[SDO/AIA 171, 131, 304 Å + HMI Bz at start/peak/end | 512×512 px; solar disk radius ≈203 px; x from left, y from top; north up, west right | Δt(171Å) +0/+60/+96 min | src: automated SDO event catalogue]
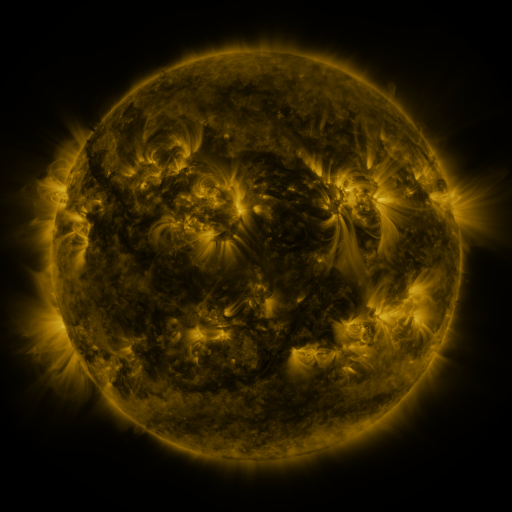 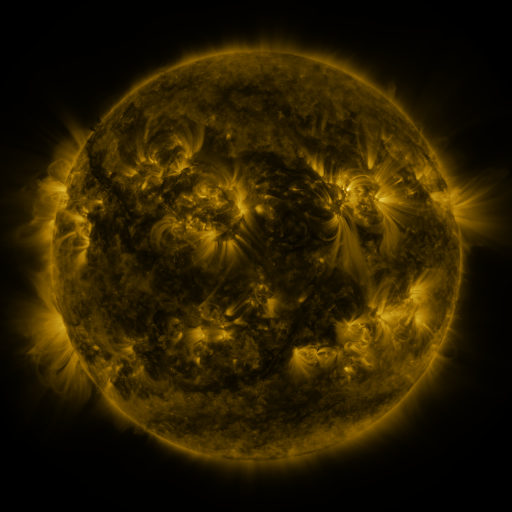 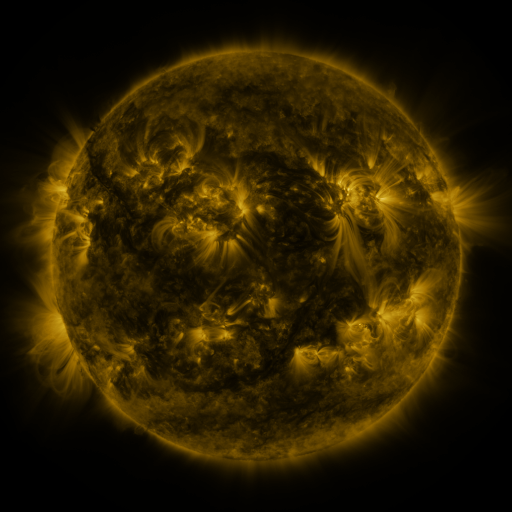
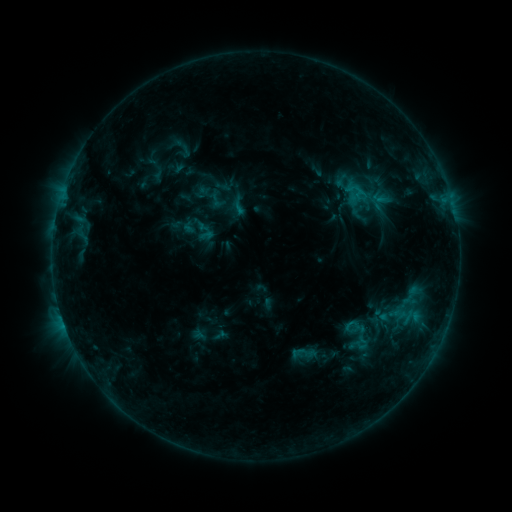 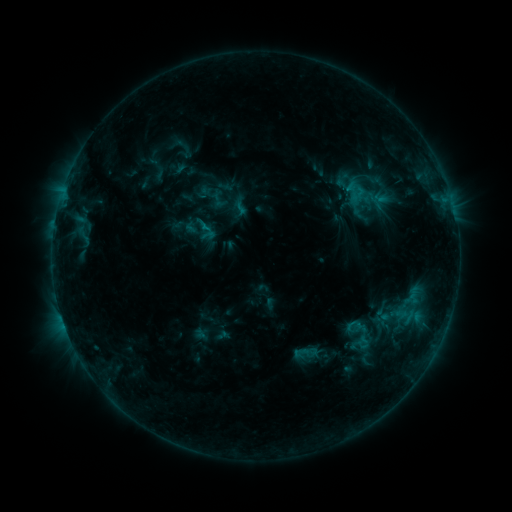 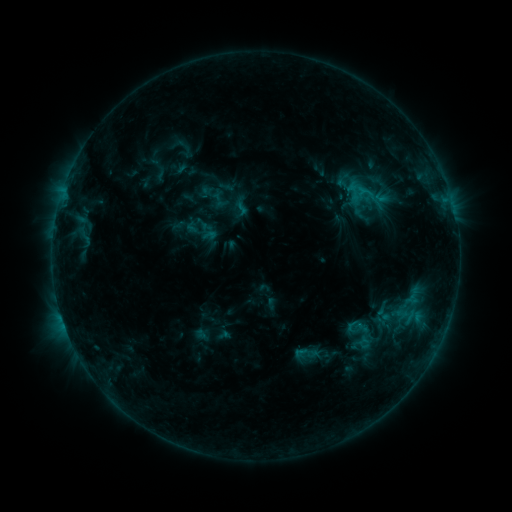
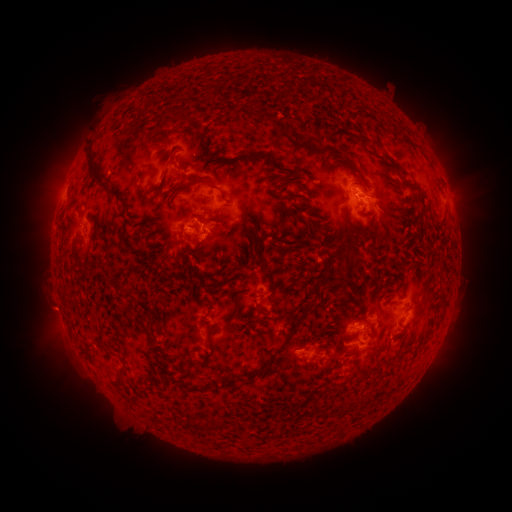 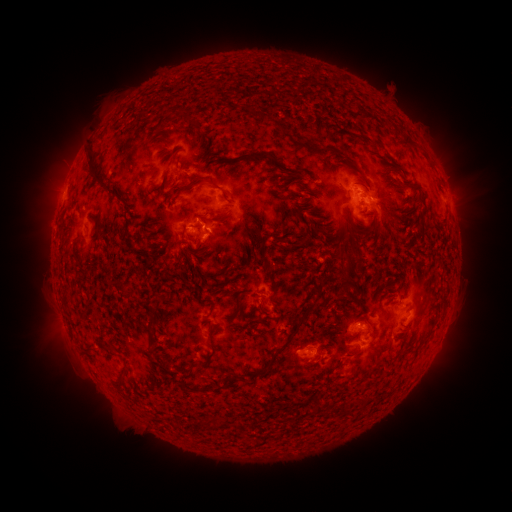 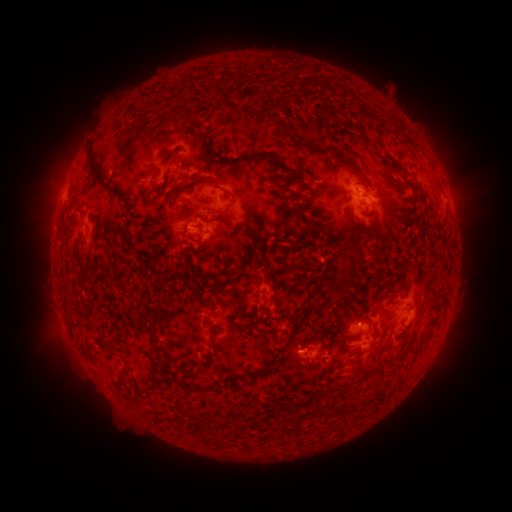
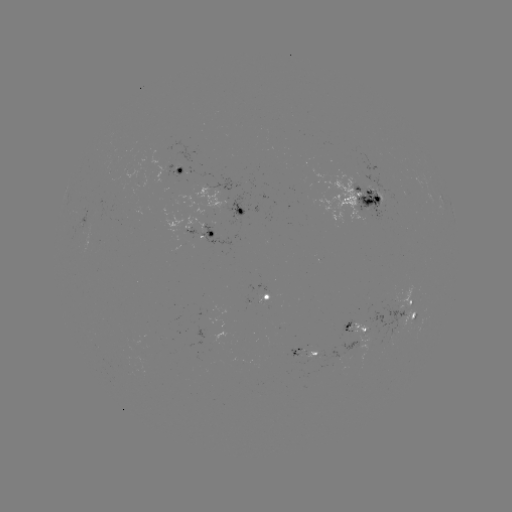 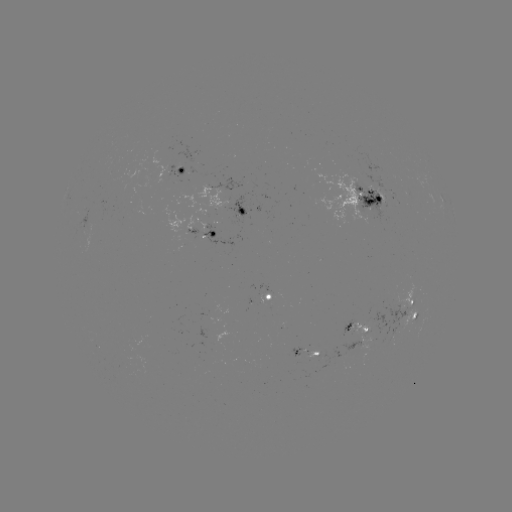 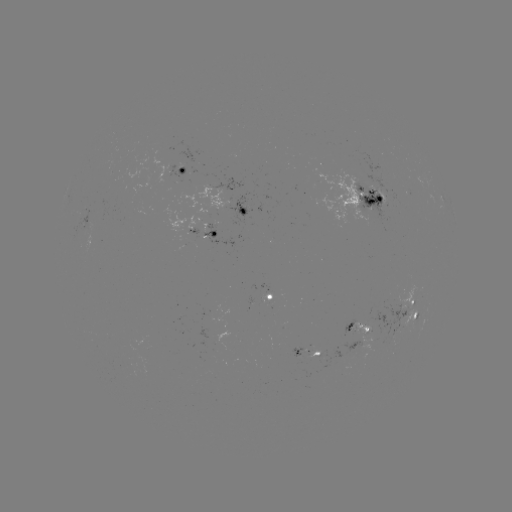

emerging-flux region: <bbox>350, 185, 390, 221</bbox>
